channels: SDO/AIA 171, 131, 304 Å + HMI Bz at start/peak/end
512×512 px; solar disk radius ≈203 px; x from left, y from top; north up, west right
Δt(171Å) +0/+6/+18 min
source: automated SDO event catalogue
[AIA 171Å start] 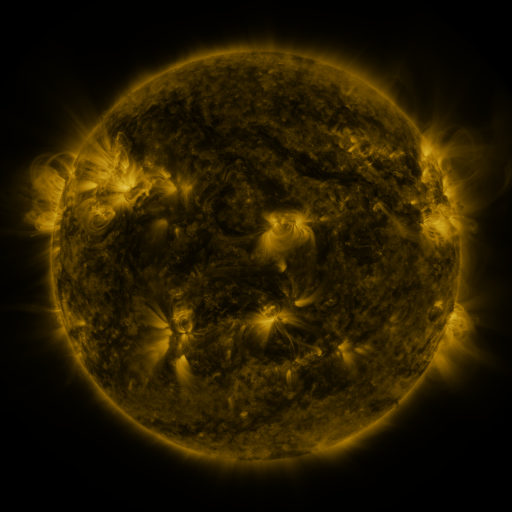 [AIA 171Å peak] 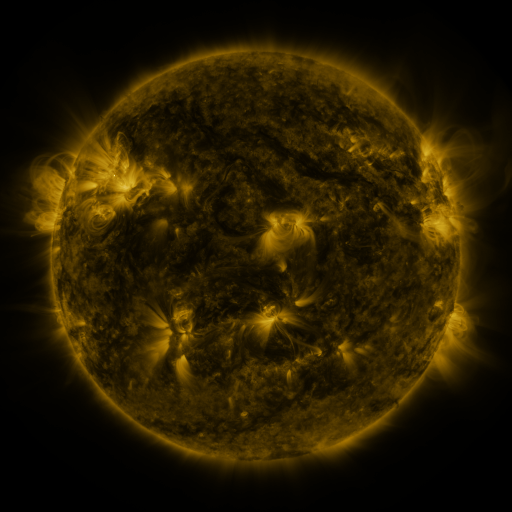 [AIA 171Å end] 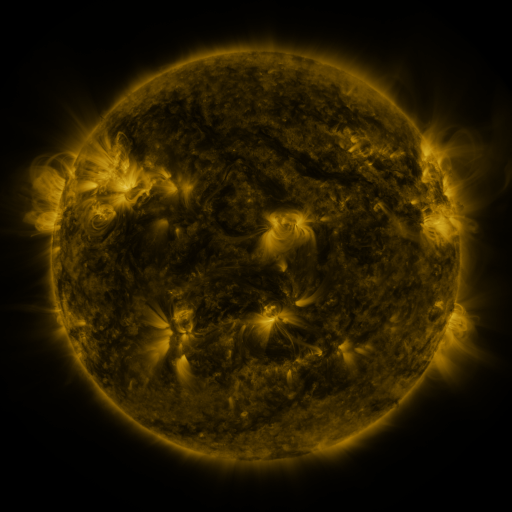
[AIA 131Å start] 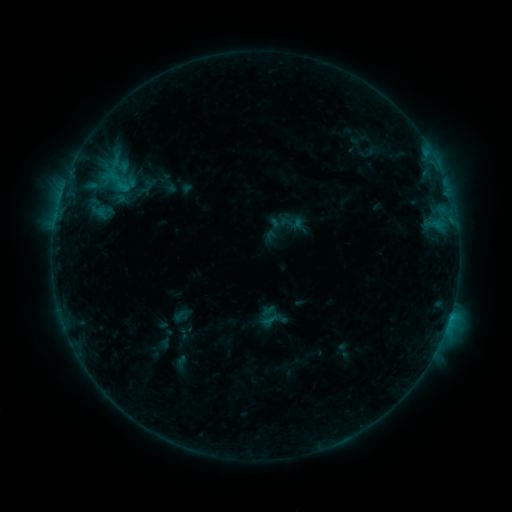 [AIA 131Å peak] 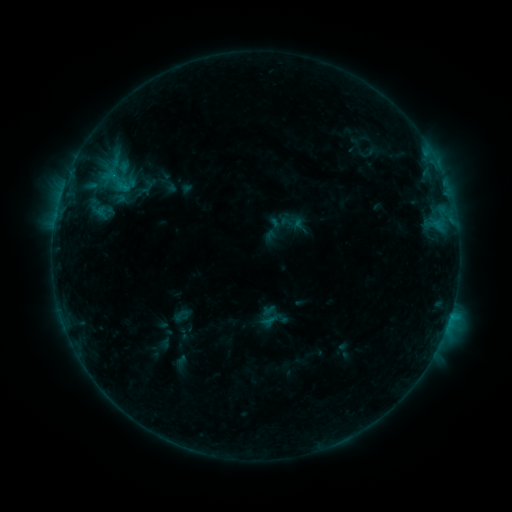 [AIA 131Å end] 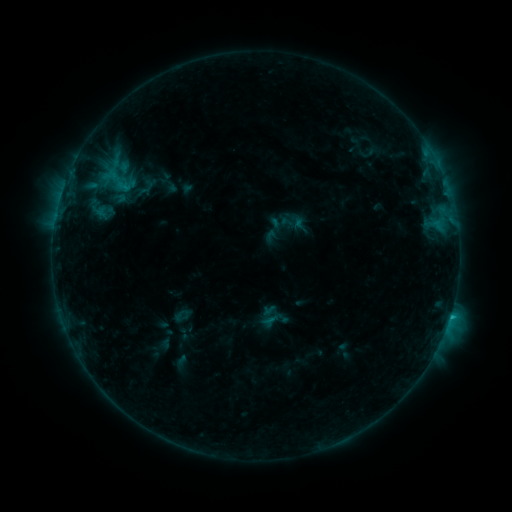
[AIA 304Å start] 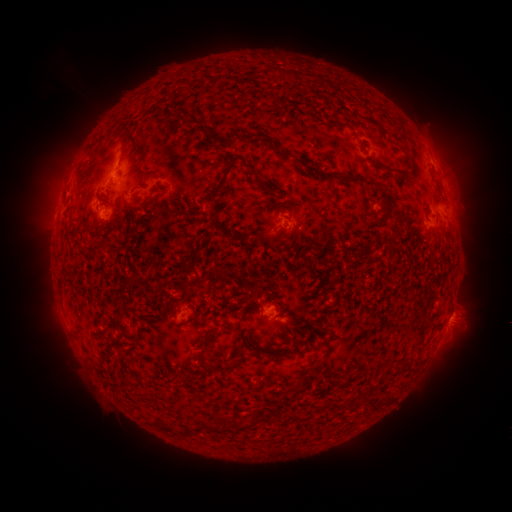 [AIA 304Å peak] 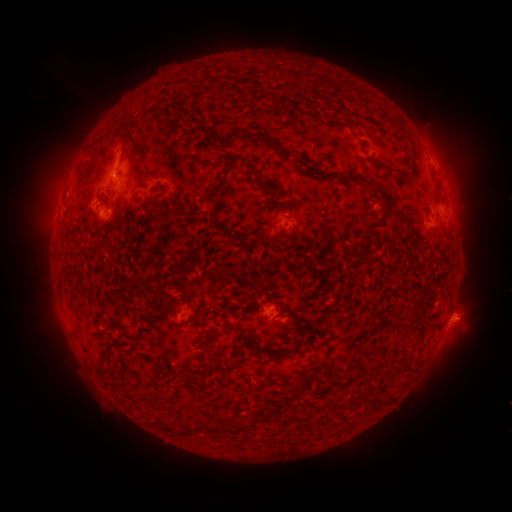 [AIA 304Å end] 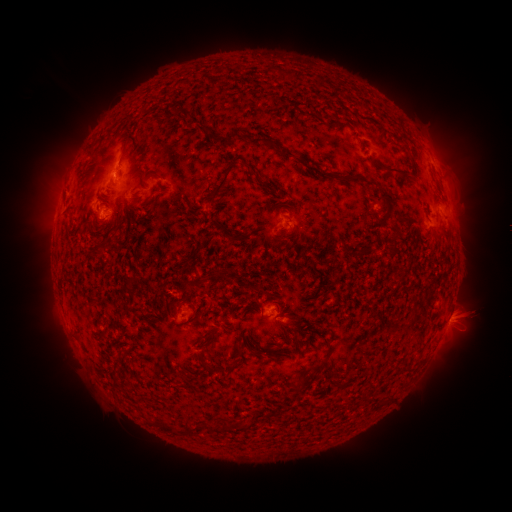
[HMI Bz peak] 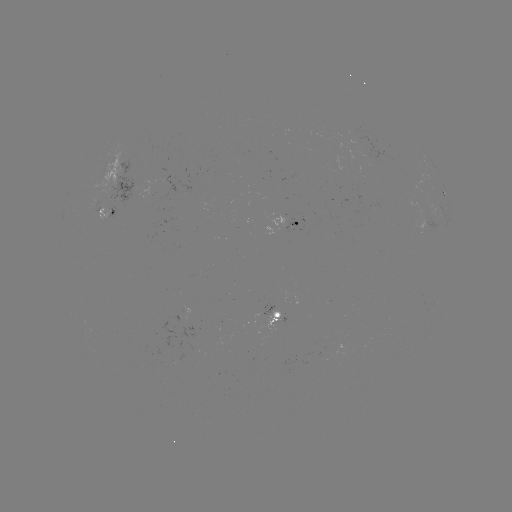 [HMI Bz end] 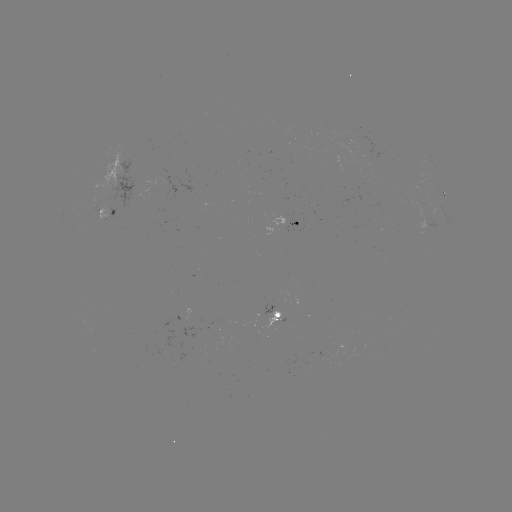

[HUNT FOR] eruption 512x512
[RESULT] [466, 317]